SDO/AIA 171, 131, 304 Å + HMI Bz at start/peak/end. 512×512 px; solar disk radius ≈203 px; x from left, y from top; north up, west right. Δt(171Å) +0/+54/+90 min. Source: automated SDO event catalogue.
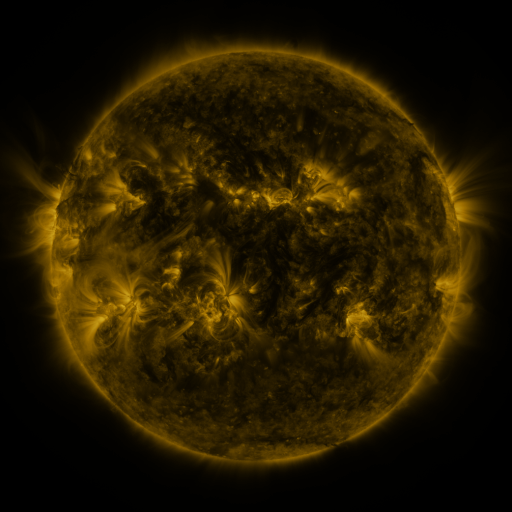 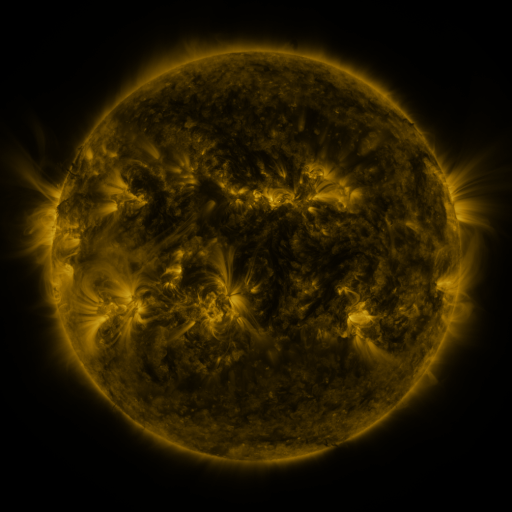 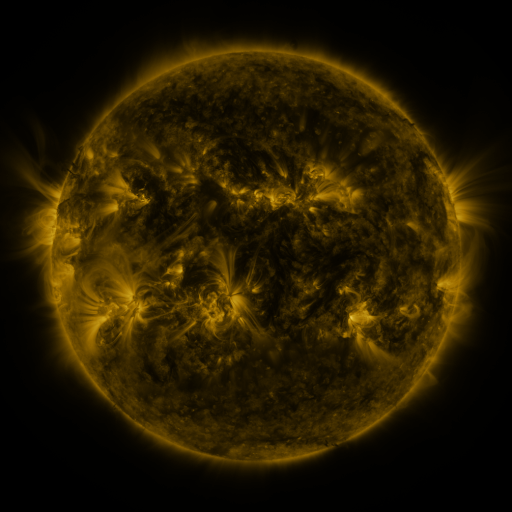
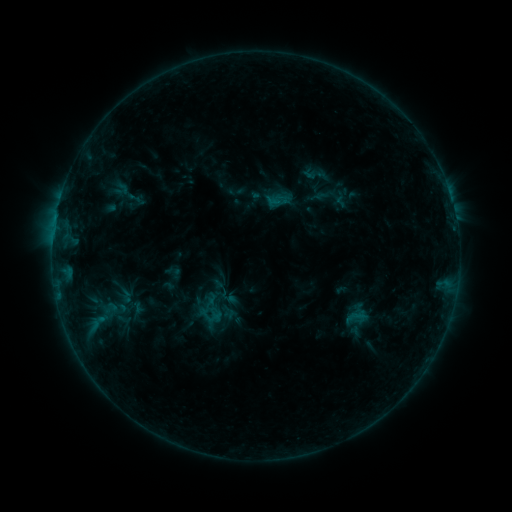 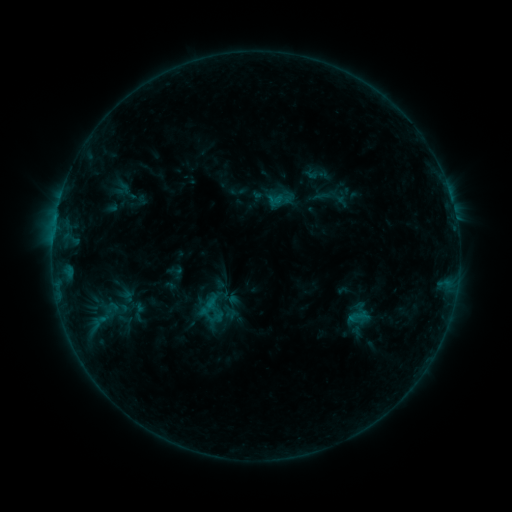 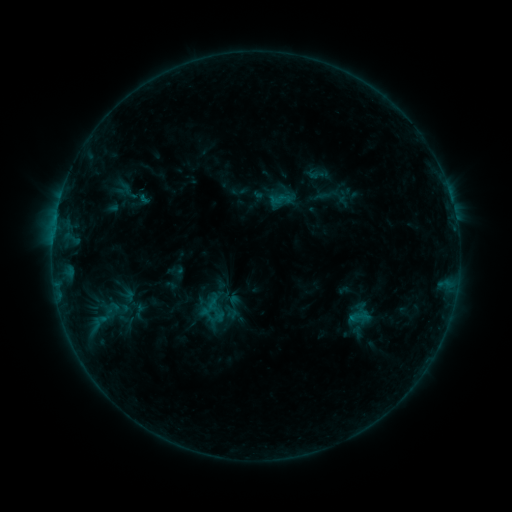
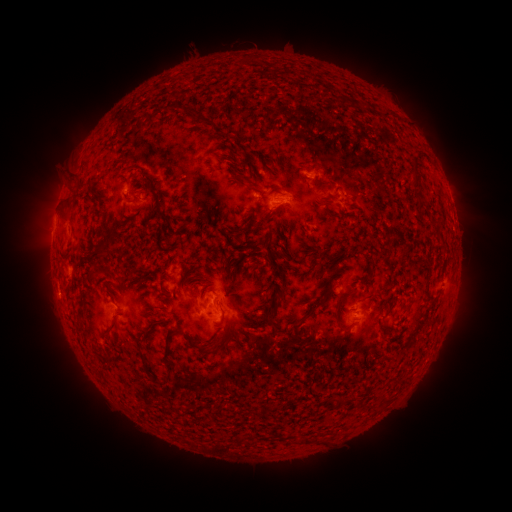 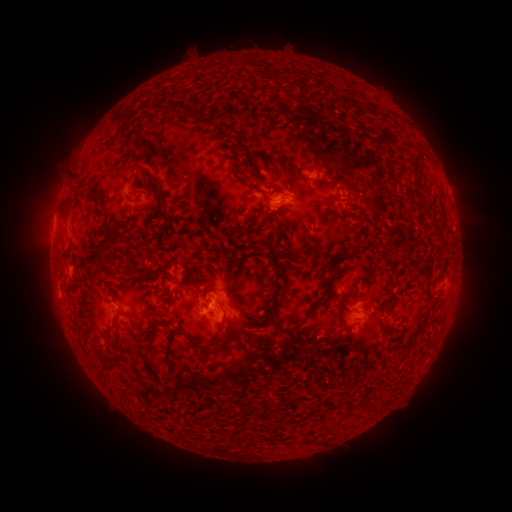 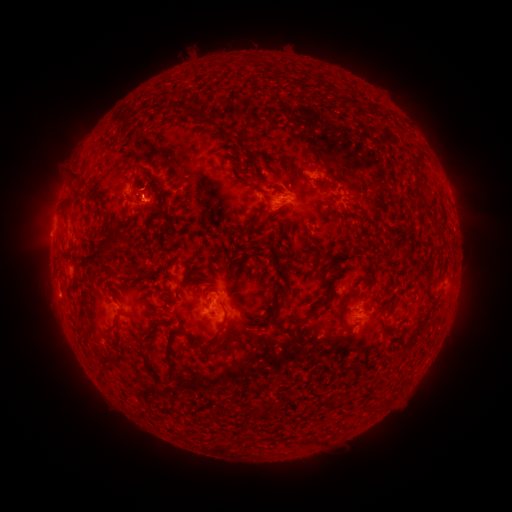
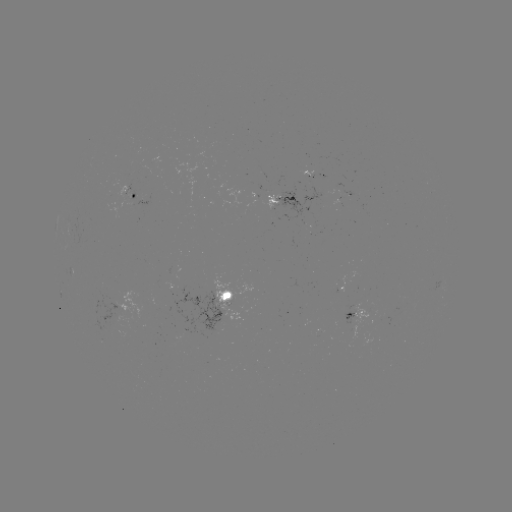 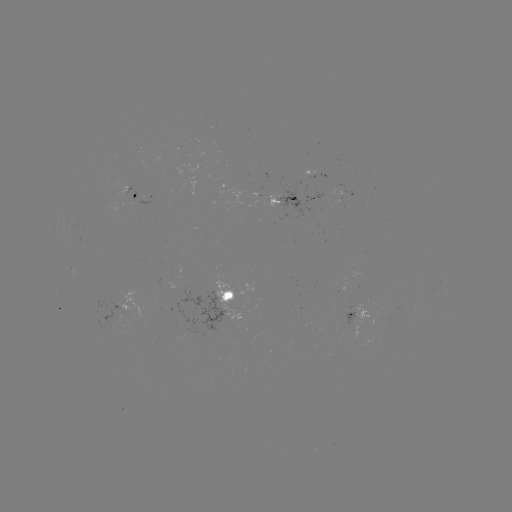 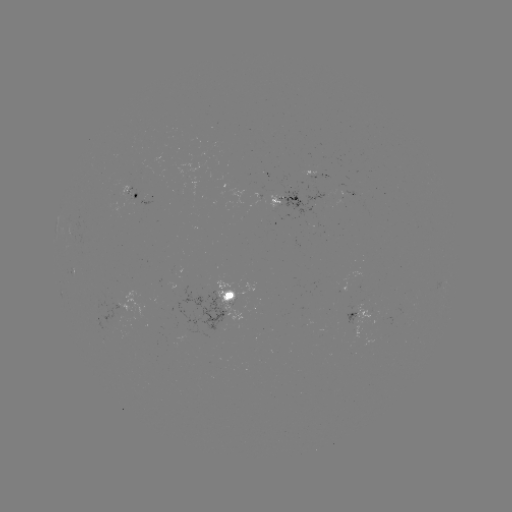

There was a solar flare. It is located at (209, 304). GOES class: B6.4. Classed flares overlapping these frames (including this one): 2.